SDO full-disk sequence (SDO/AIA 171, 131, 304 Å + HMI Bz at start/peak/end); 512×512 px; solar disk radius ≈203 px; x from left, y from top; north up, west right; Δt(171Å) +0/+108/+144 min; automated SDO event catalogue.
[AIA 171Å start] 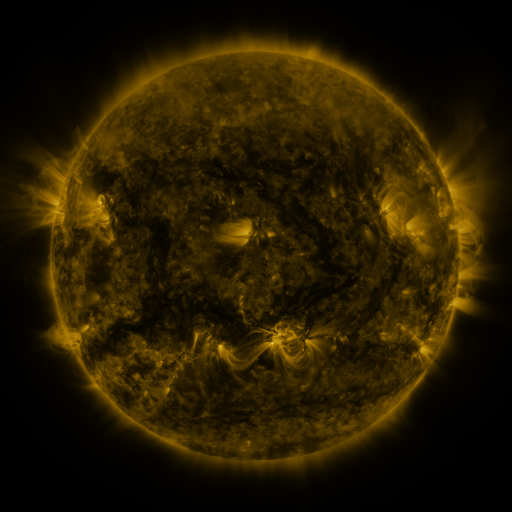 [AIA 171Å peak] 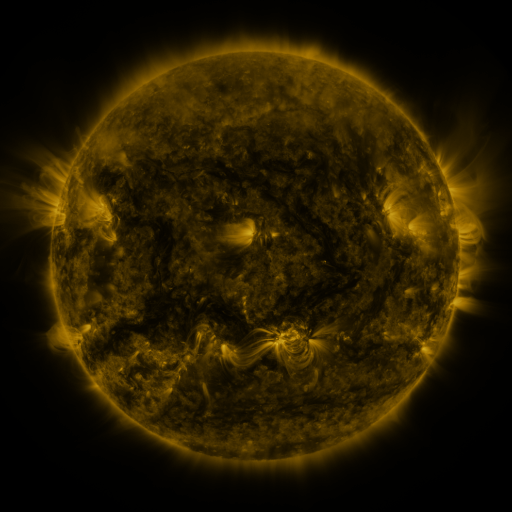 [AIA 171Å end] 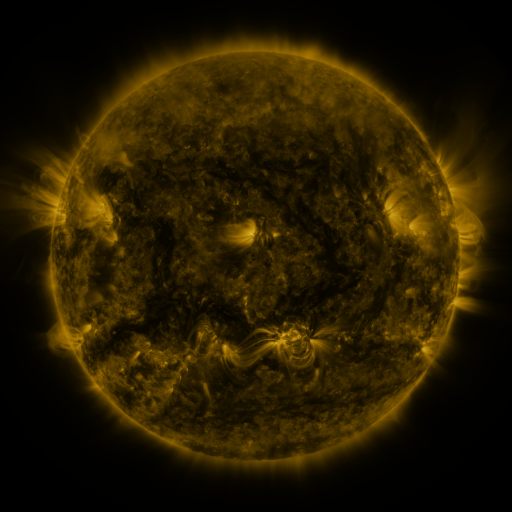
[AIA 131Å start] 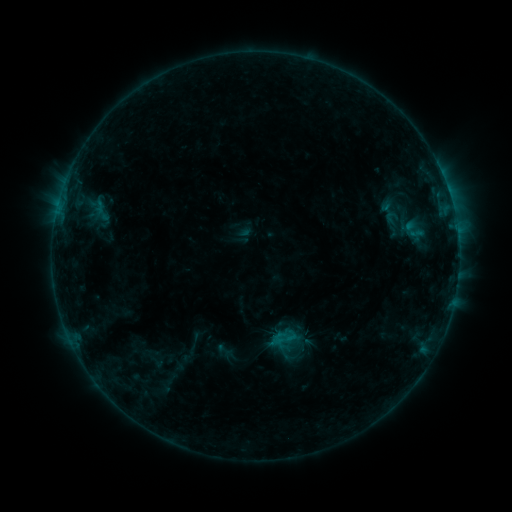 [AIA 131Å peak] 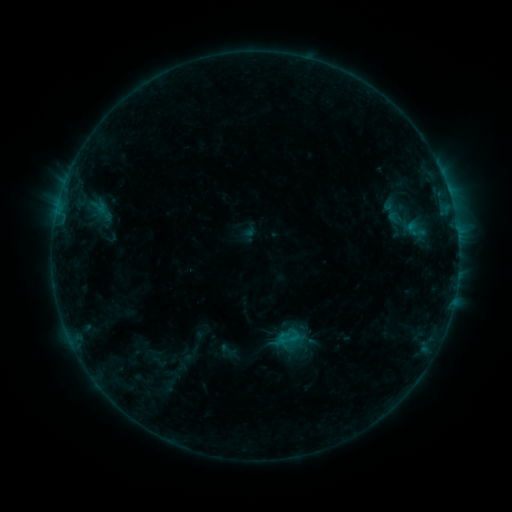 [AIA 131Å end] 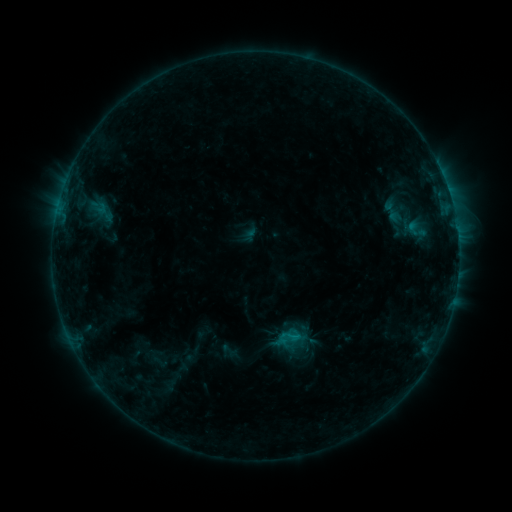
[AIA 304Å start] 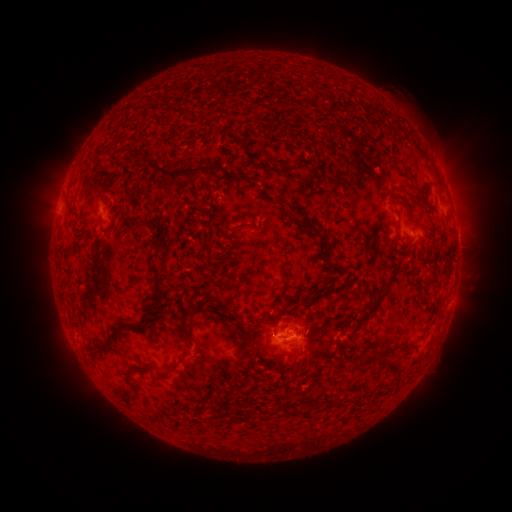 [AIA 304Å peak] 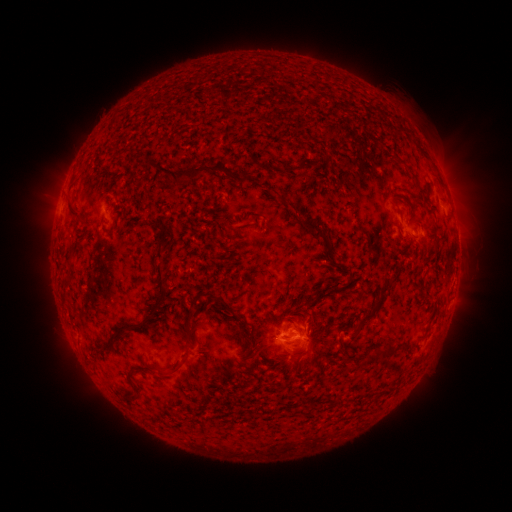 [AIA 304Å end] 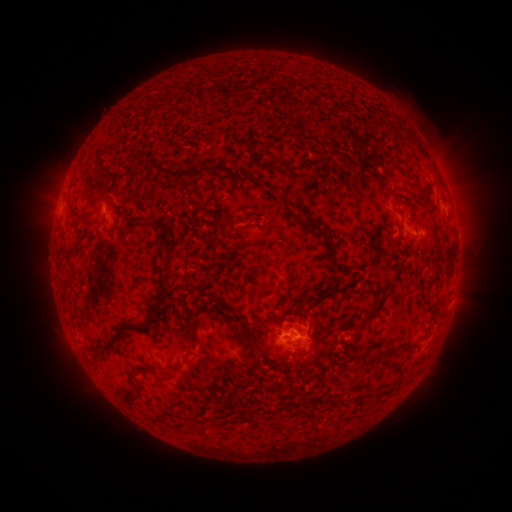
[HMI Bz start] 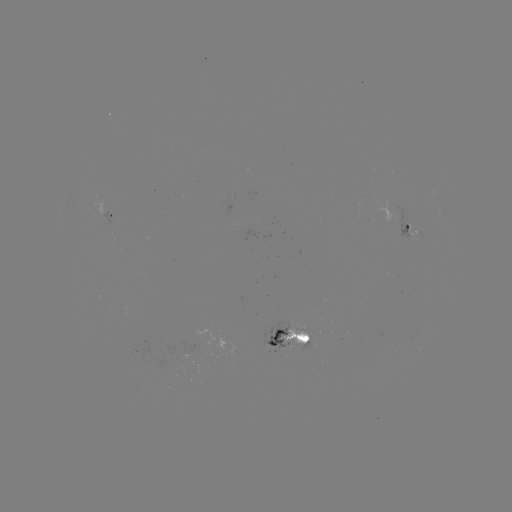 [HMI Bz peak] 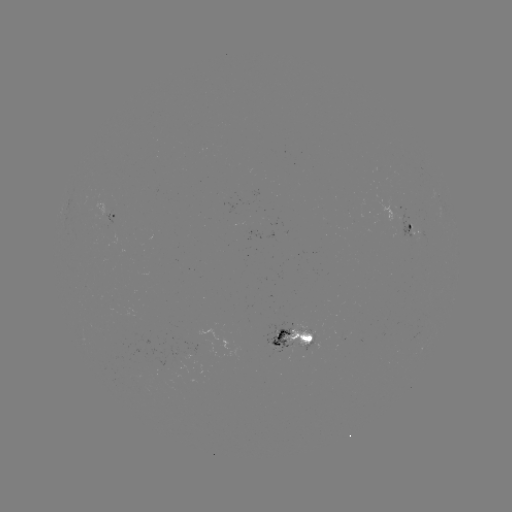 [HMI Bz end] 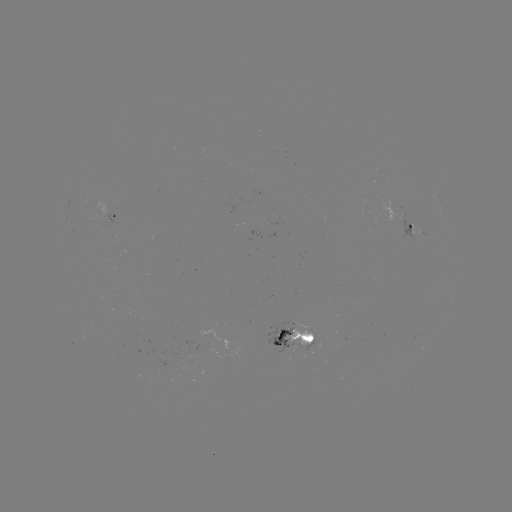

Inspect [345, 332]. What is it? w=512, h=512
emerging-flux region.